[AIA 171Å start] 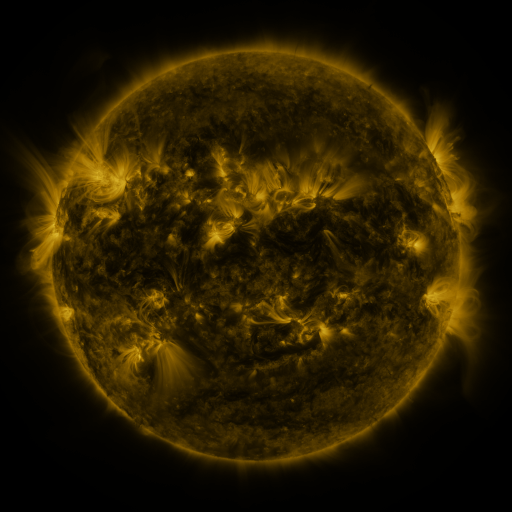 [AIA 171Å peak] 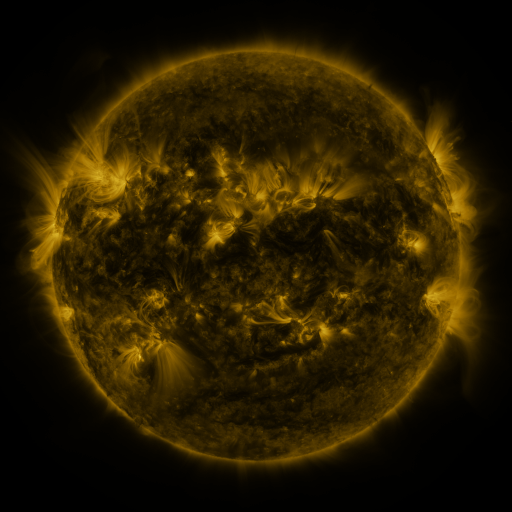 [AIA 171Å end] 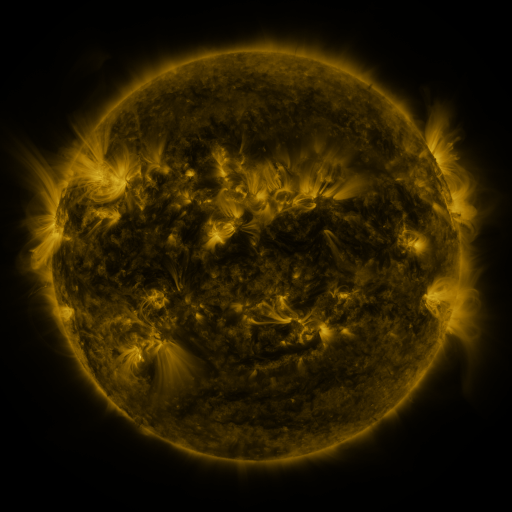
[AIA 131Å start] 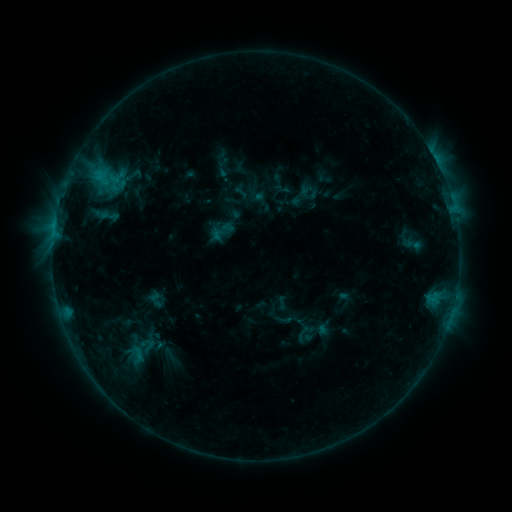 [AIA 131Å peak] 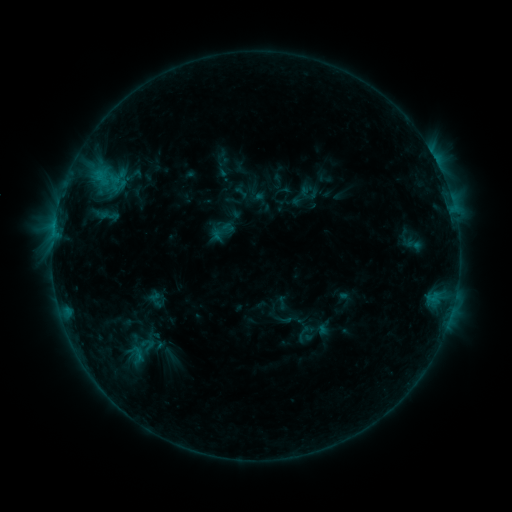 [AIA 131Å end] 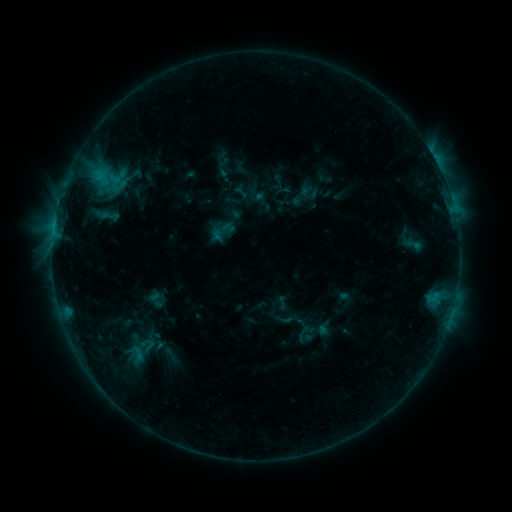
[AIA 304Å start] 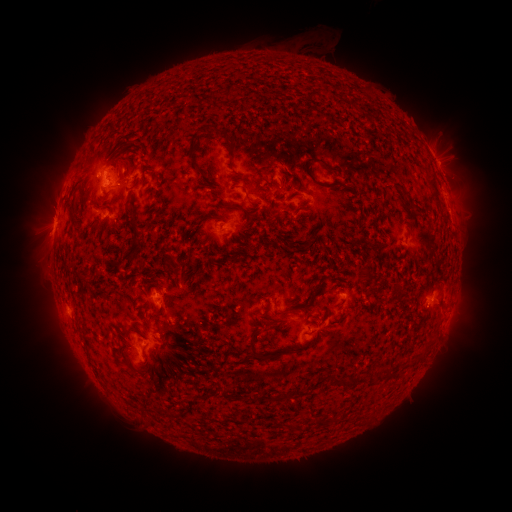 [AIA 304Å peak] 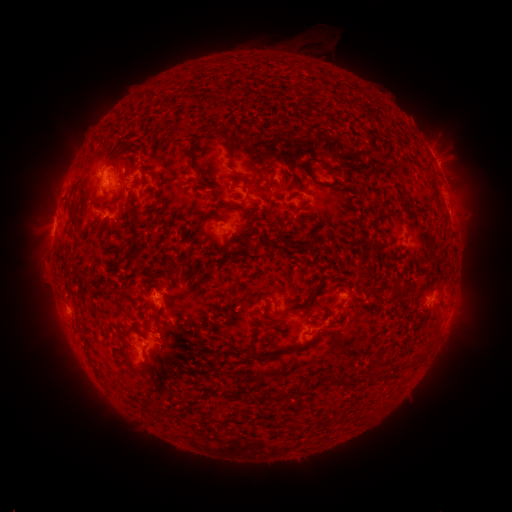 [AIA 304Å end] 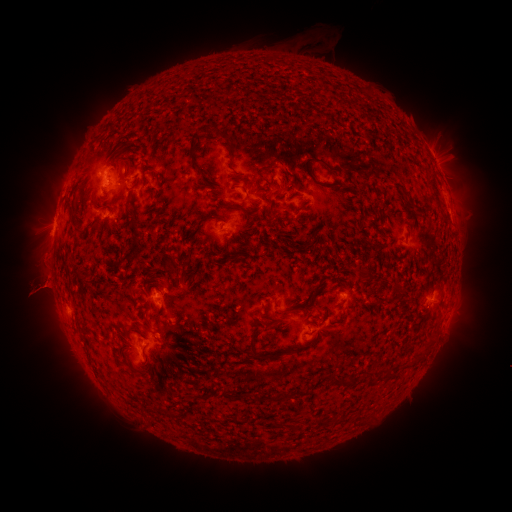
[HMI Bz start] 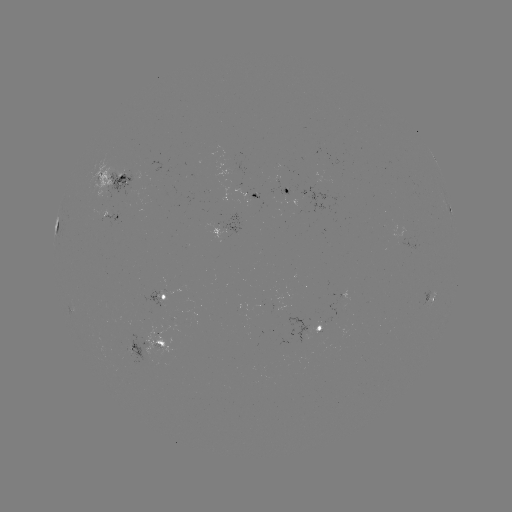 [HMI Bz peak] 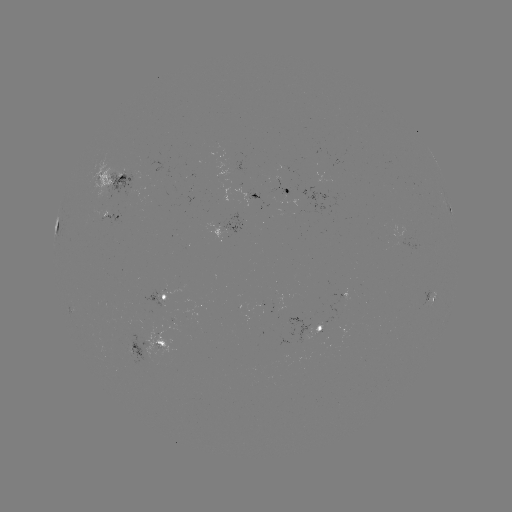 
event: eruption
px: (43, 249)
